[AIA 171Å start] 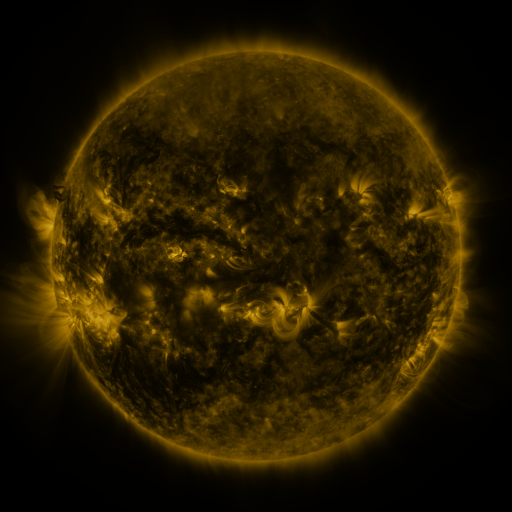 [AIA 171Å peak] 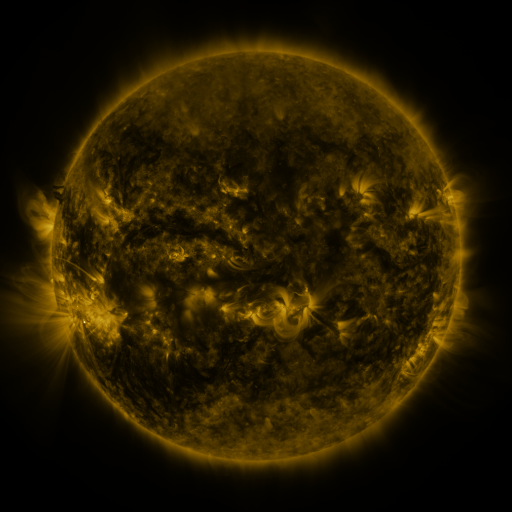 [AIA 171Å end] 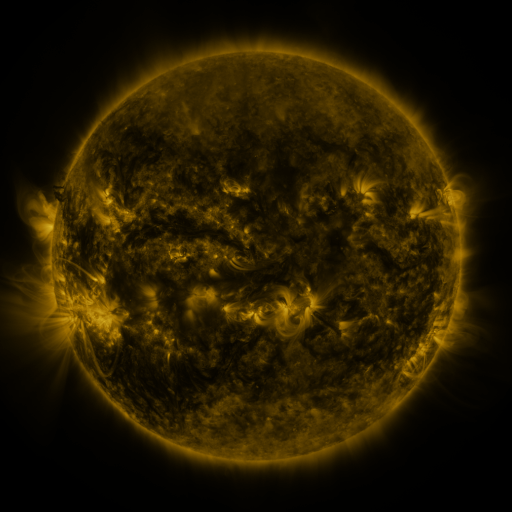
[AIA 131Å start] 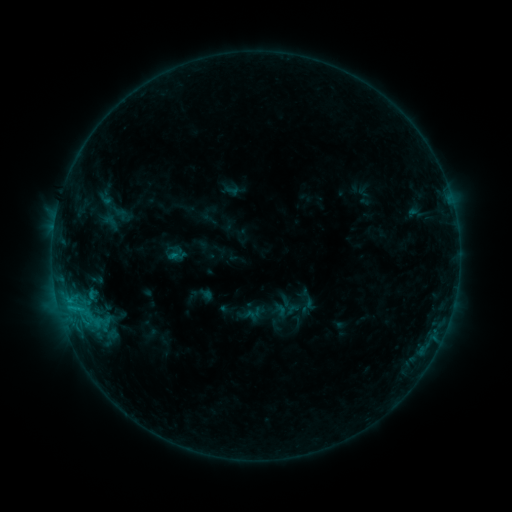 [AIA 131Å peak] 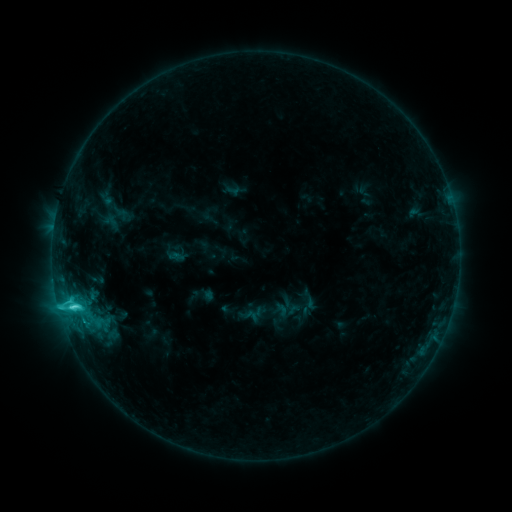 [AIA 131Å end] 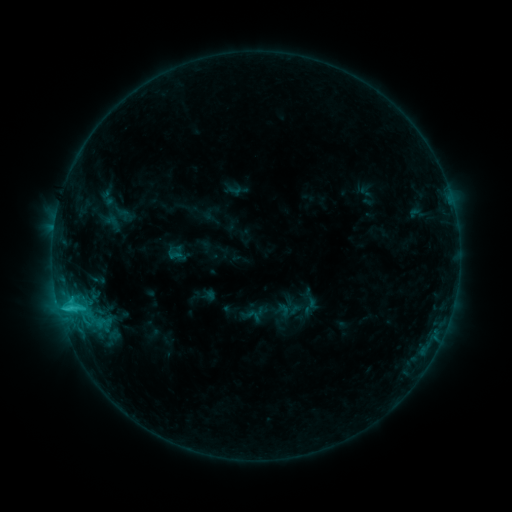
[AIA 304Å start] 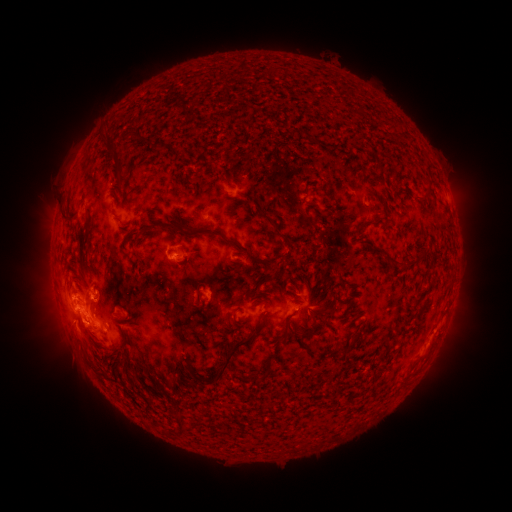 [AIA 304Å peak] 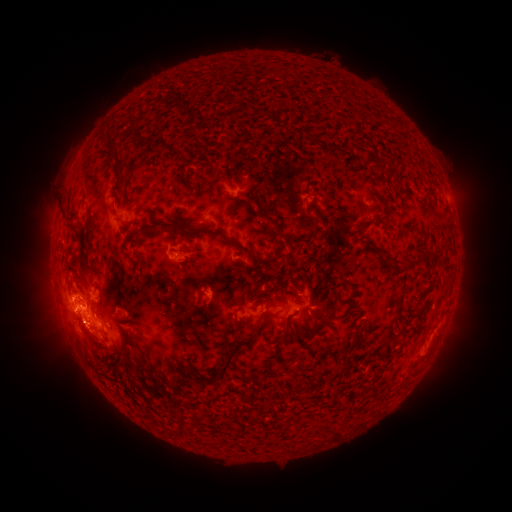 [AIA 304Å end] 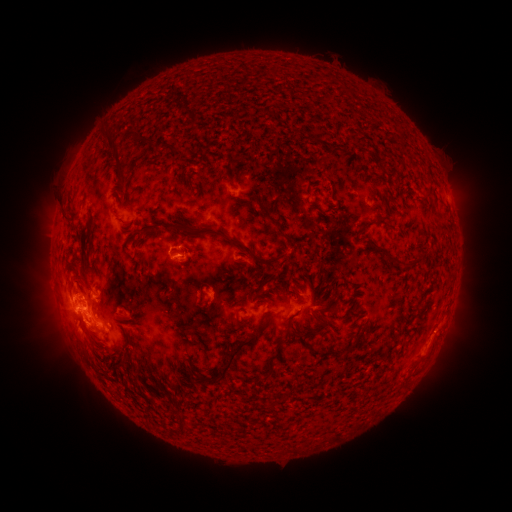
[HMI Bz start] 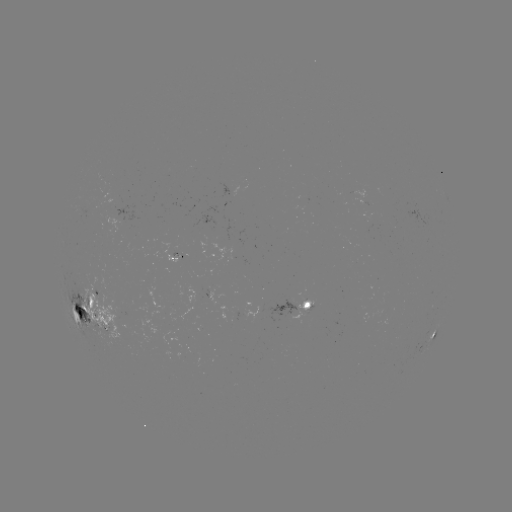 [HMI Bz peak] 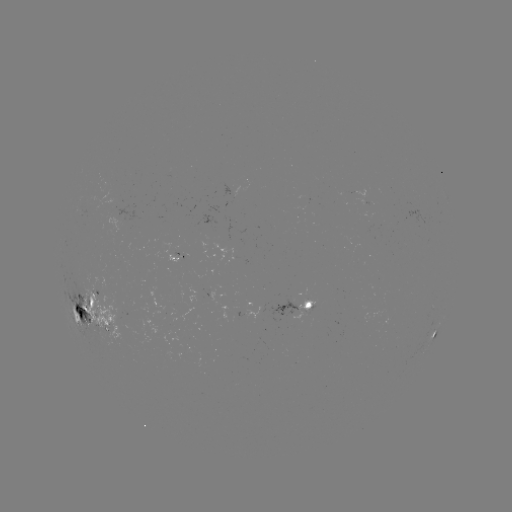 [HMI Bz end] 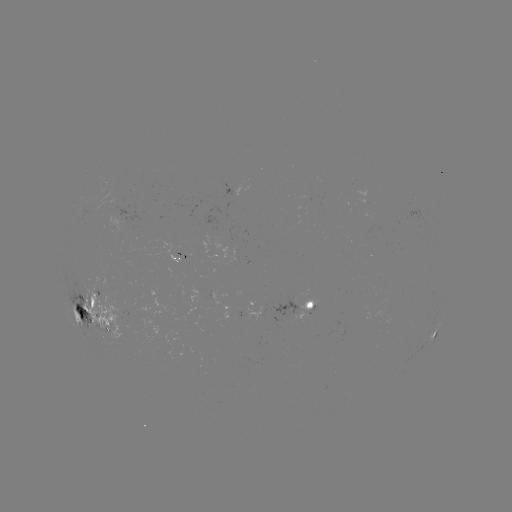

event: flare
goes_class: C5.7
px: (75, 306)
